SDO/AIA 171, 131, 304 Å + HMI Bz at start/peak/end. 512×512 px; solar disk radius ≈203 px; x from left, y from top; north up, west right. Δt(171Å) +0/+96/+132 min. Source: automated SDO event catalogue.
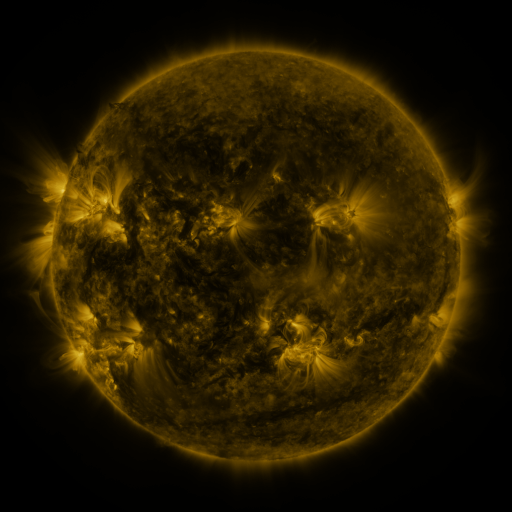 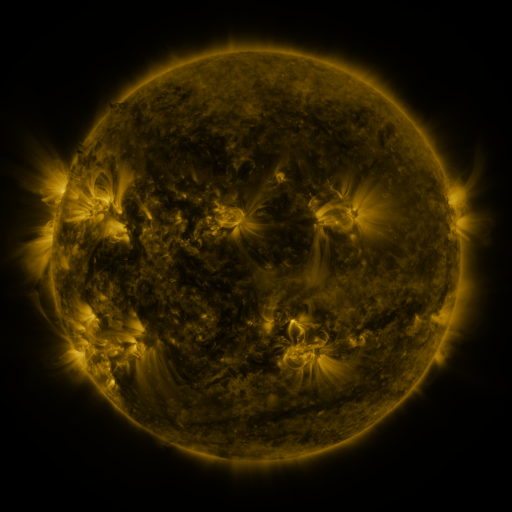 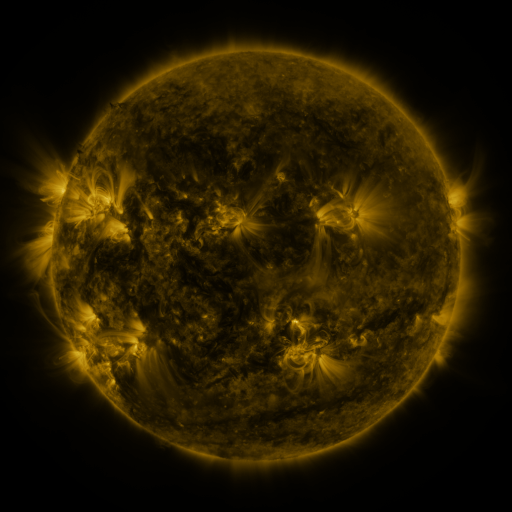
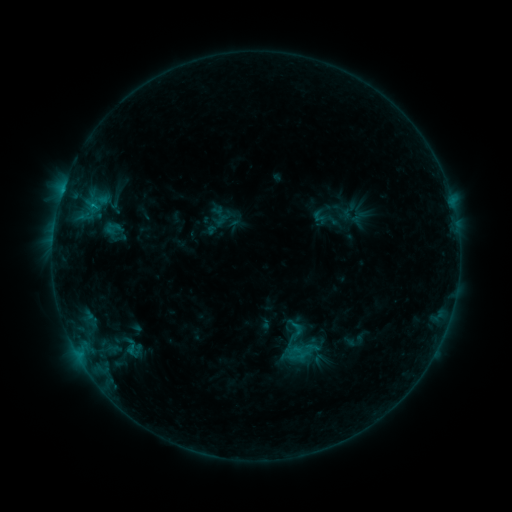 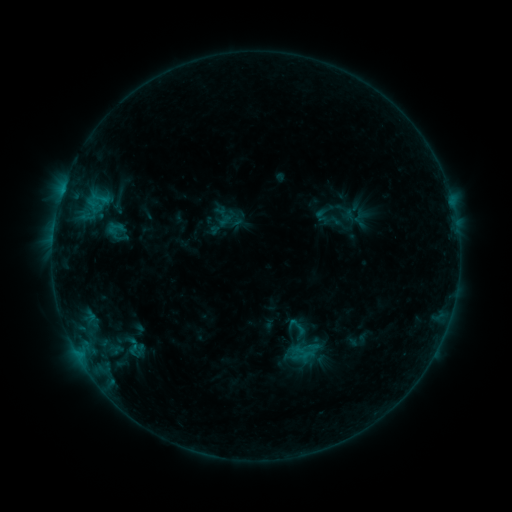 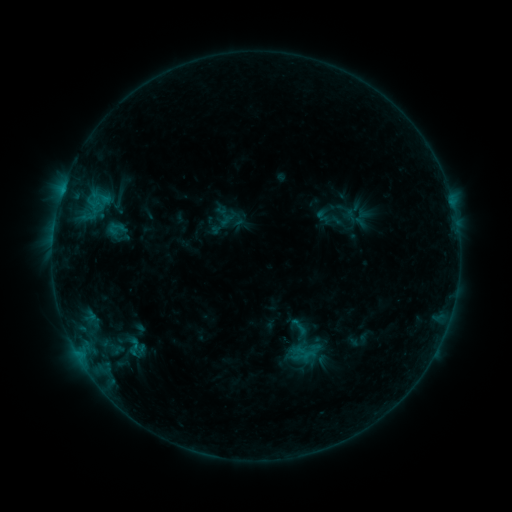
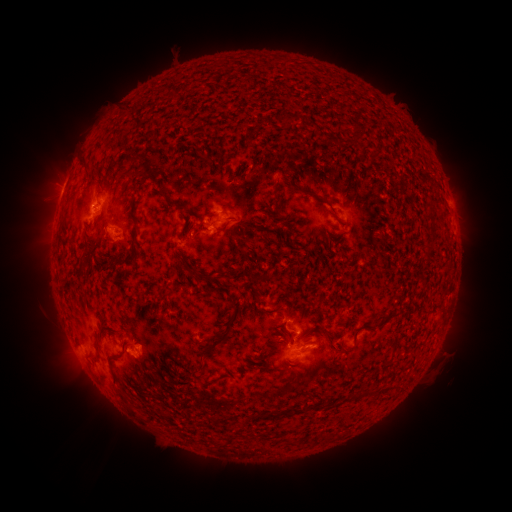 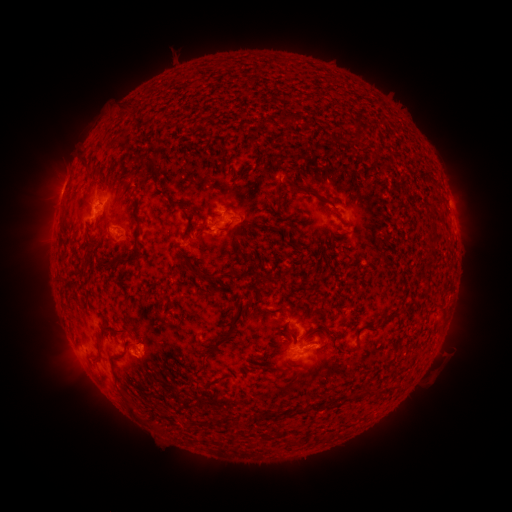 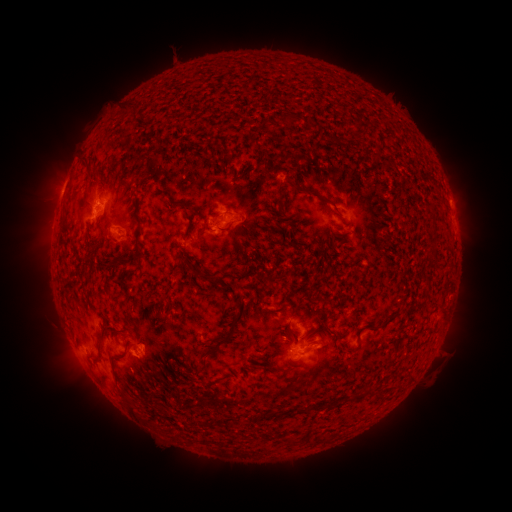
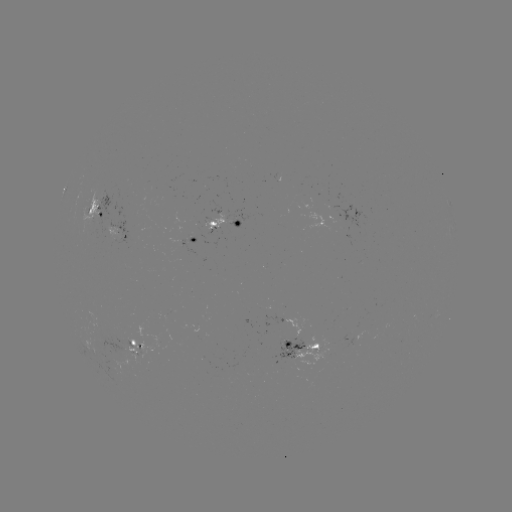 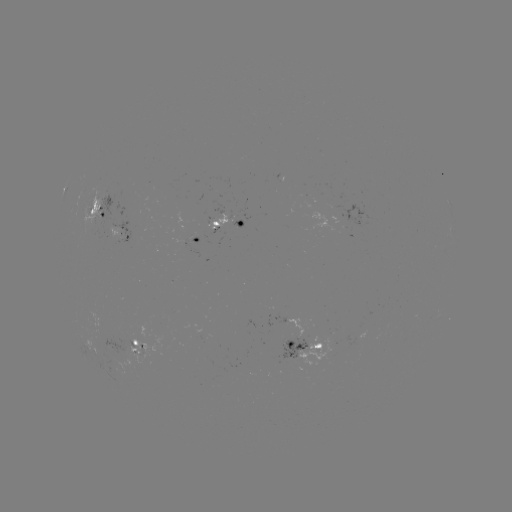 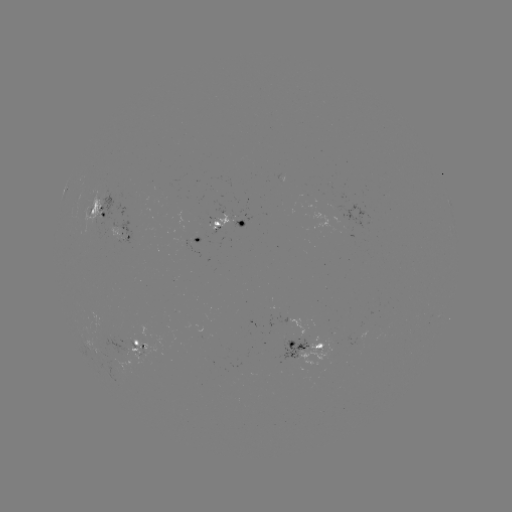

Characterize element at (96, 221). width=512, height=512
emerging-flux region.